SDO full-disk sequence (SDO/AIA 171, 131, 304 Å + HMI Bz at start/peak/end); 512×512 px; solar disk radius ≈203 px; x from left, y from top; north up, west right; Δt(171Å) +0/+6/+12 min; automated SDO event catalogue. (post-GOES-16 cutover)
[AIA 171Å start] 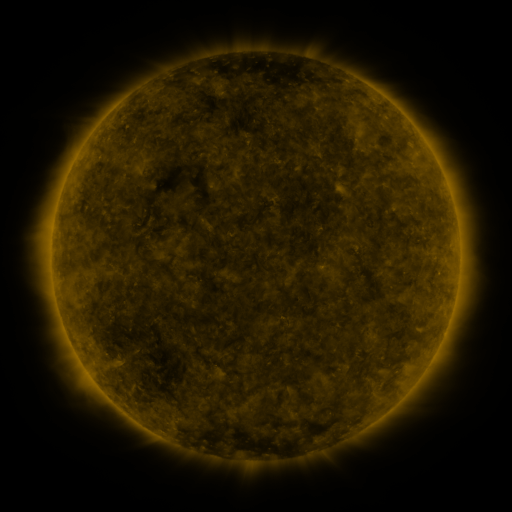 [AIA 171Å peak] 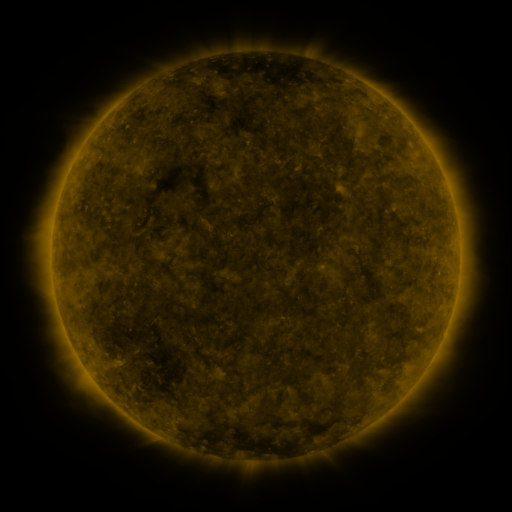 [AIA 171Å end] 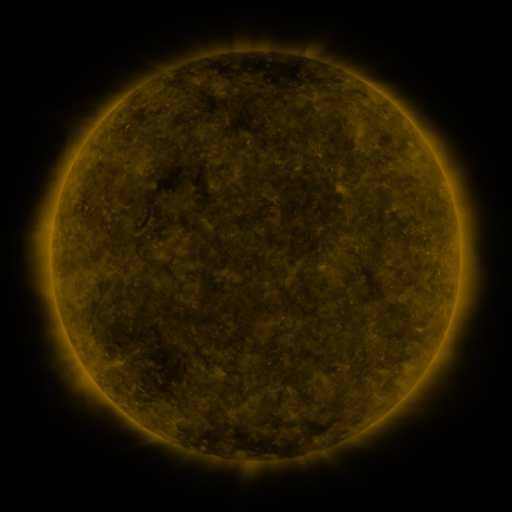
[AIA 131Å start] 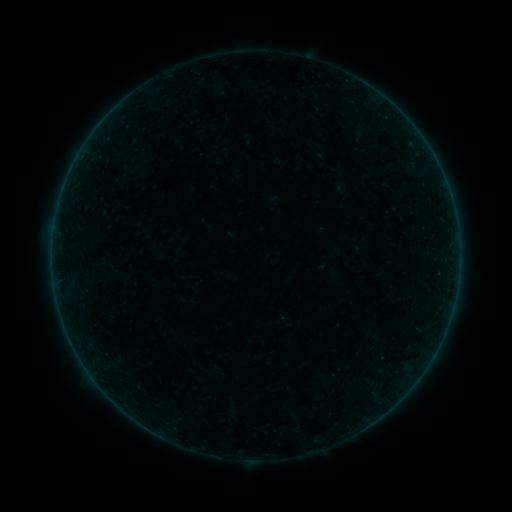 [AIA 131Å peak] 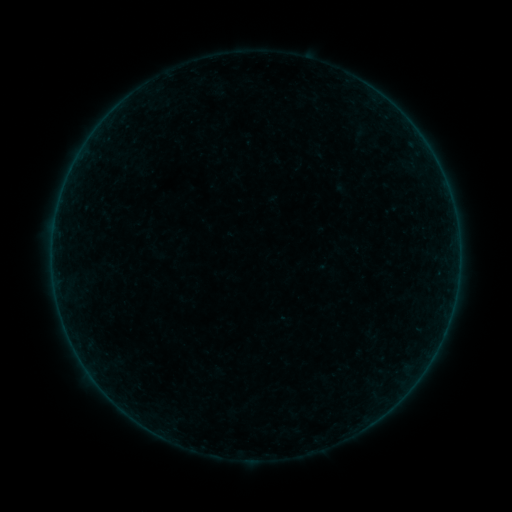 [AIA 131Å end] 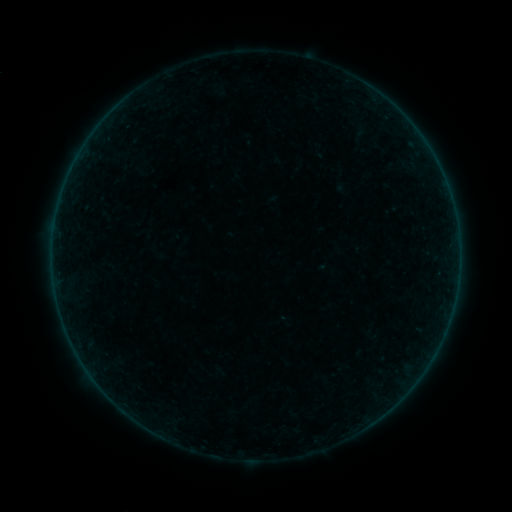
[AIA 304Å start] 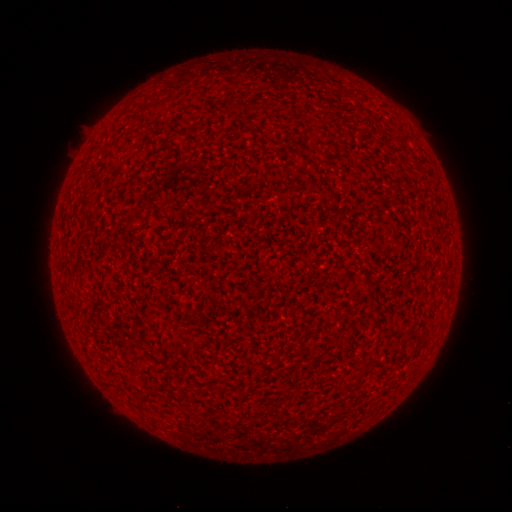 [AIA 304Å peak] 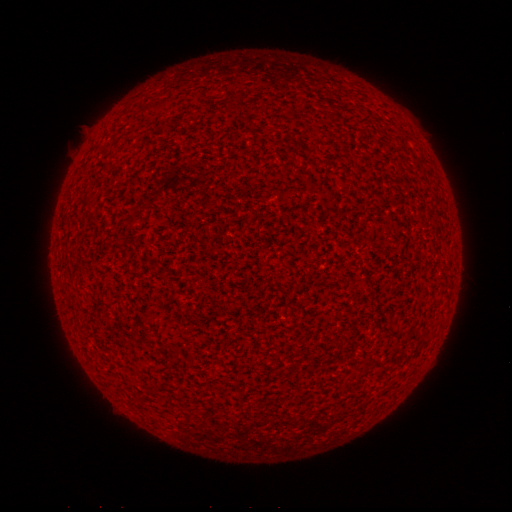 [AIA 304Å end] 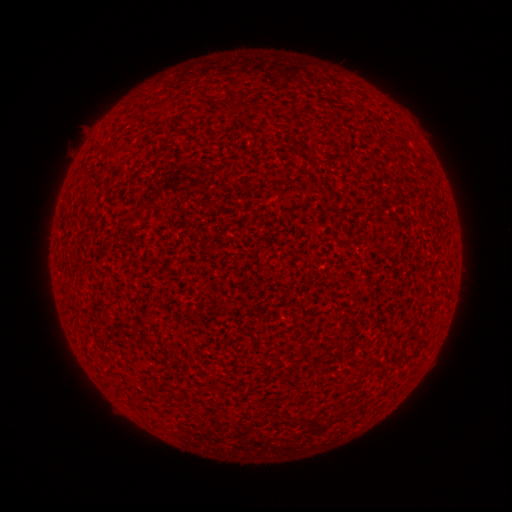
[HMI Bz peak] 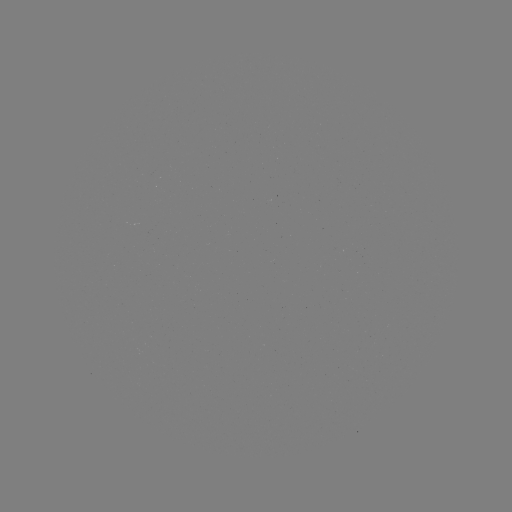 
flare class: A8.4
